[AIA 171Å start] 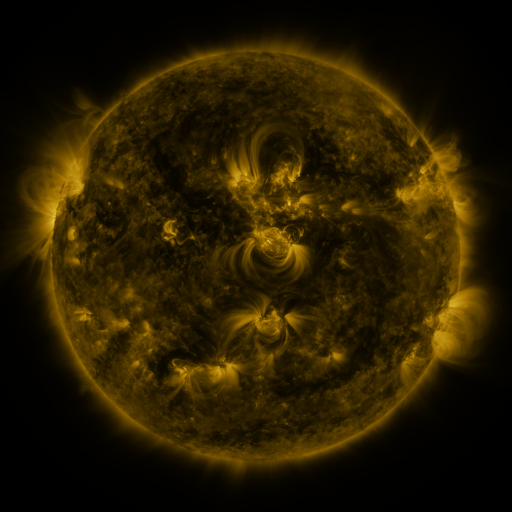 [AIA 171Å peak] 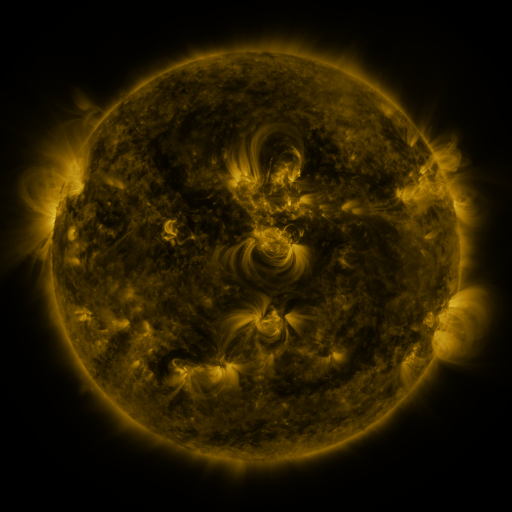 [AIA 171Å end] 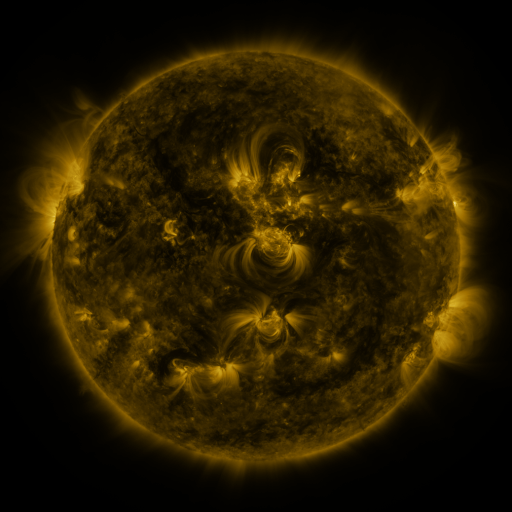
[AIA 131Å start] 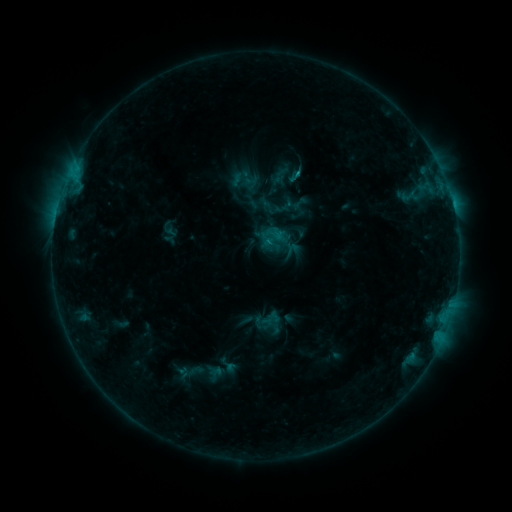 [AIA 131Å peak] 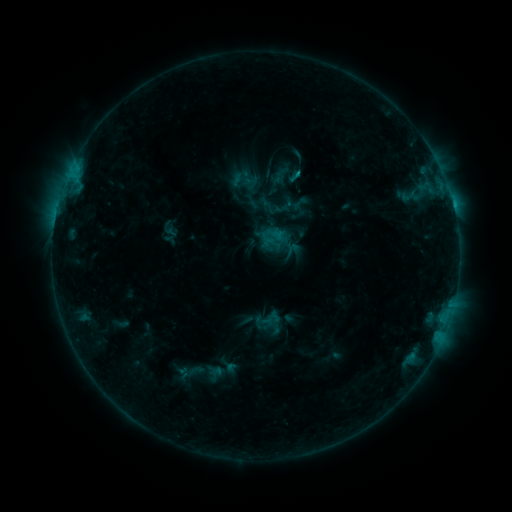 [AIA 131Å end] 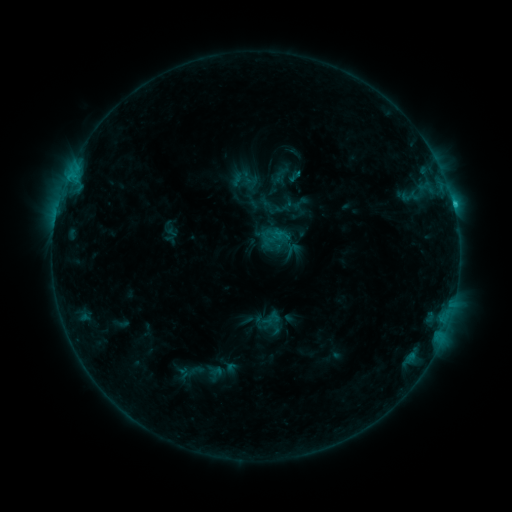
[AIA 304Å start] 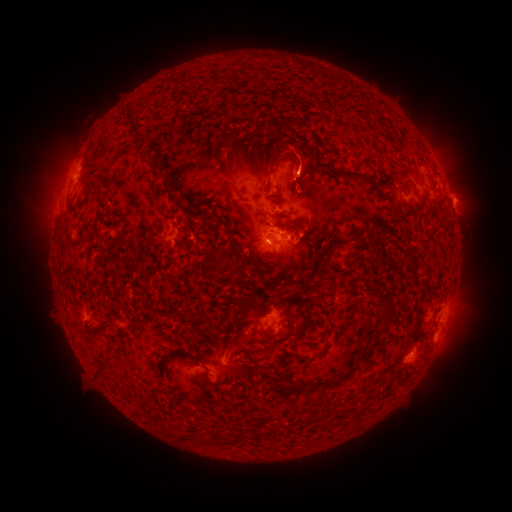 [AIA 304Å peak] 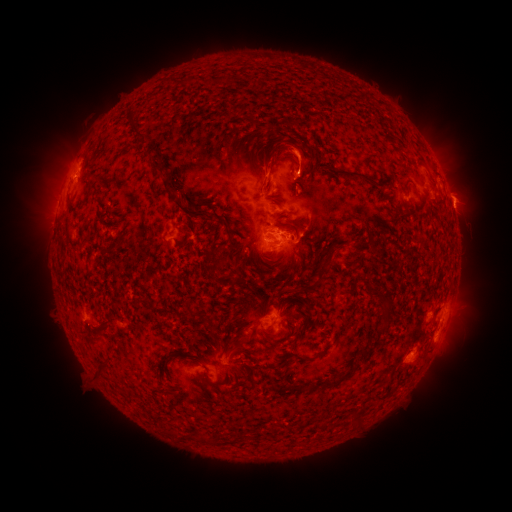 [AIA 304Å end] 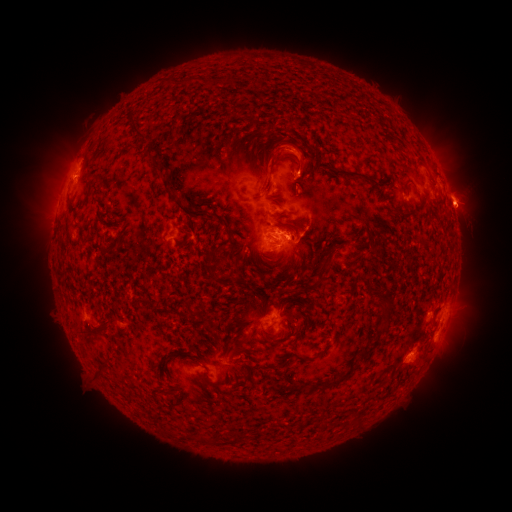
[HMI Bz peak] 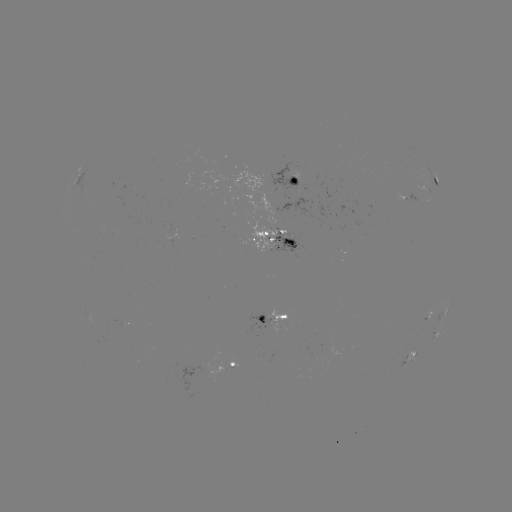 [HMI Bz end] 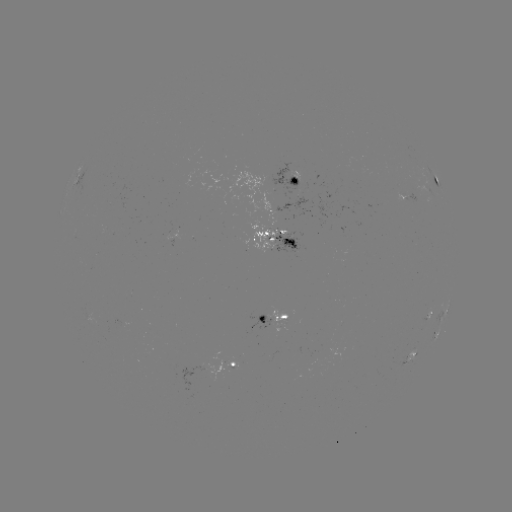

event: eruption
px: (465, 208)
